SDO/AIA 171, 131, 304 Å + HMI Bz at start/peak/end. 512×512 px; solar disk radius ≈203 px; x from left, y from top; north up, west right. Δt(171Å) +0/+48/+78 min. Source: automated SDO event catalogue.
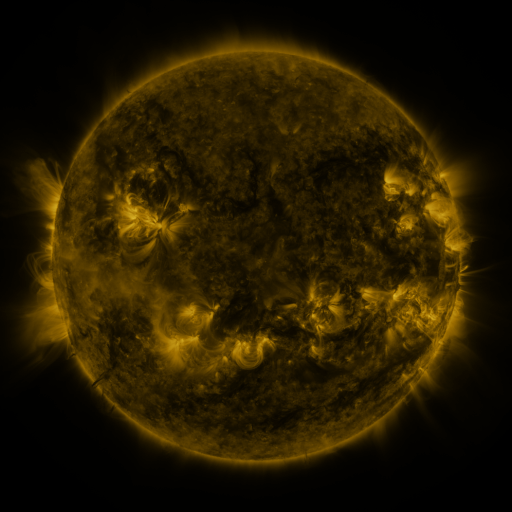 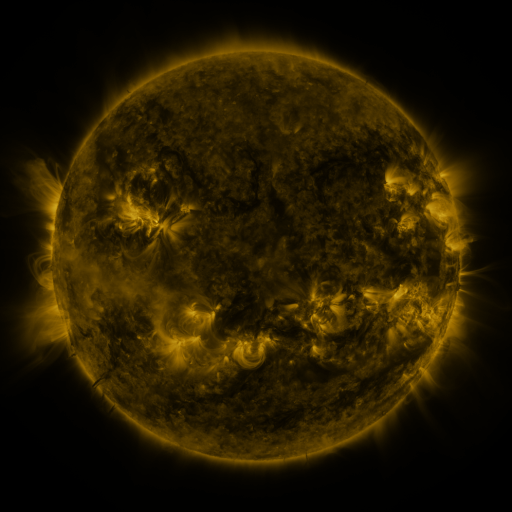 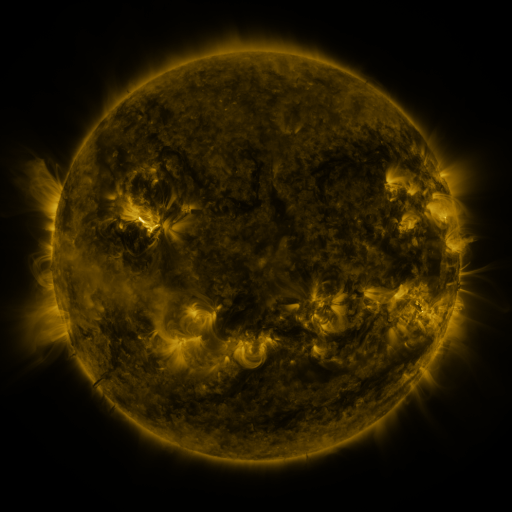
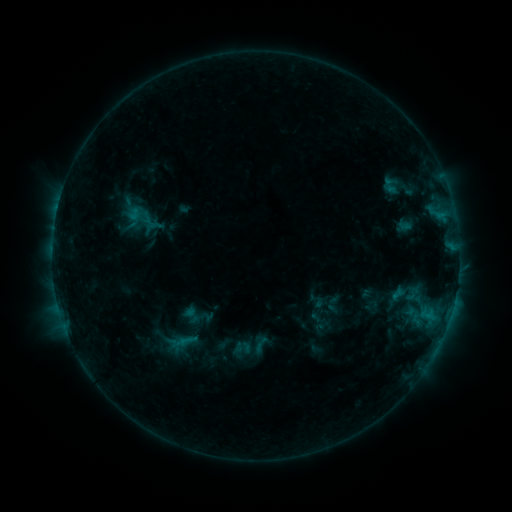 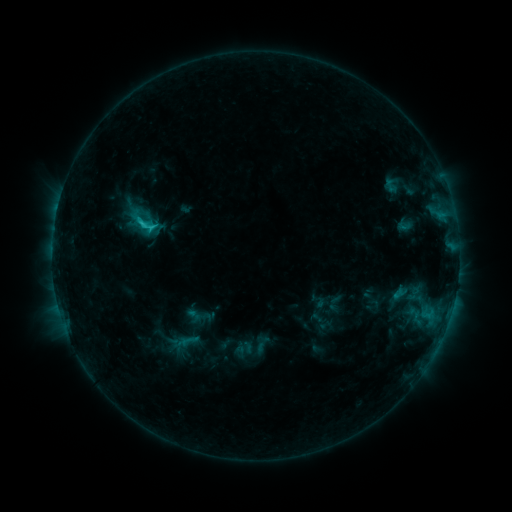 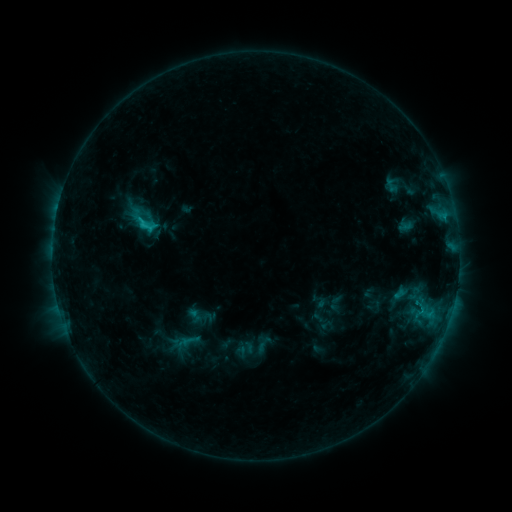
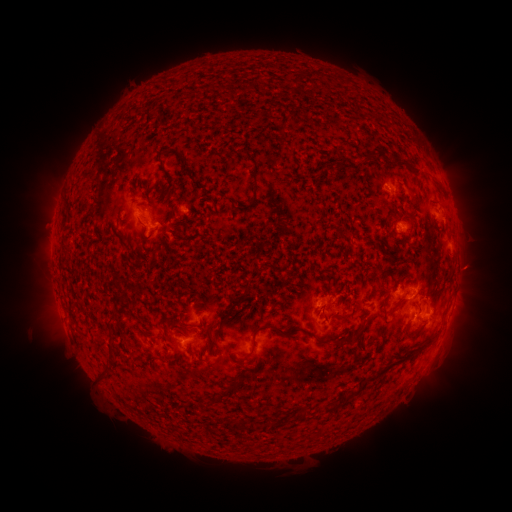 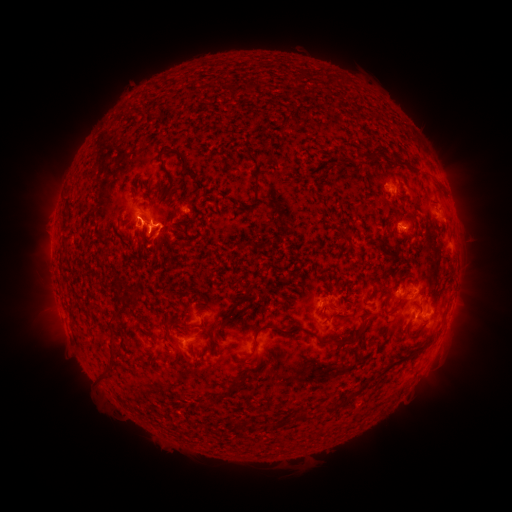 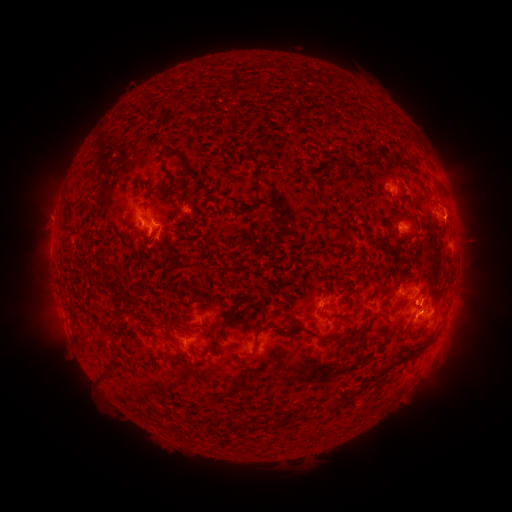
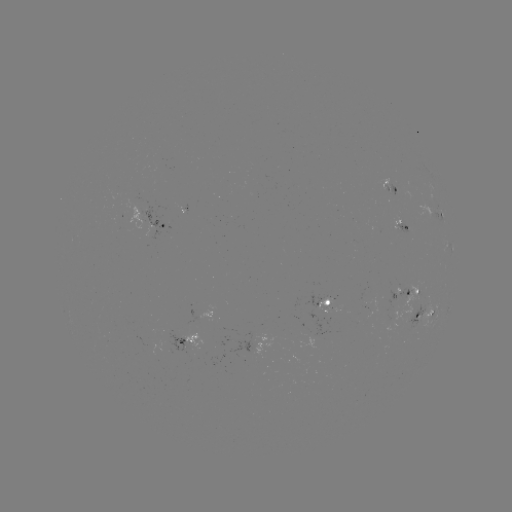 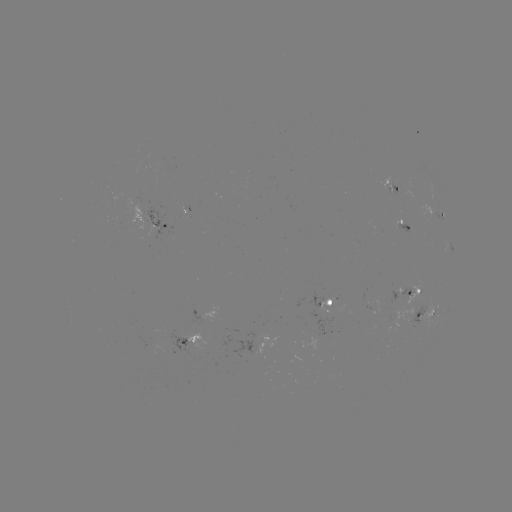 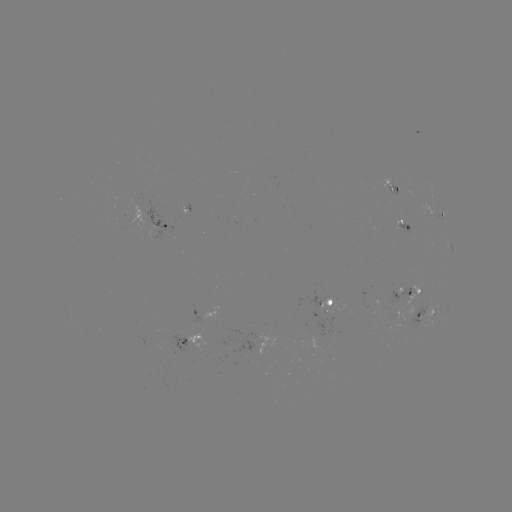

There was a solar flare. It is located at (145, 226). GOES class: C1.9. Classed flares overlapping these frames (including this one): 1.